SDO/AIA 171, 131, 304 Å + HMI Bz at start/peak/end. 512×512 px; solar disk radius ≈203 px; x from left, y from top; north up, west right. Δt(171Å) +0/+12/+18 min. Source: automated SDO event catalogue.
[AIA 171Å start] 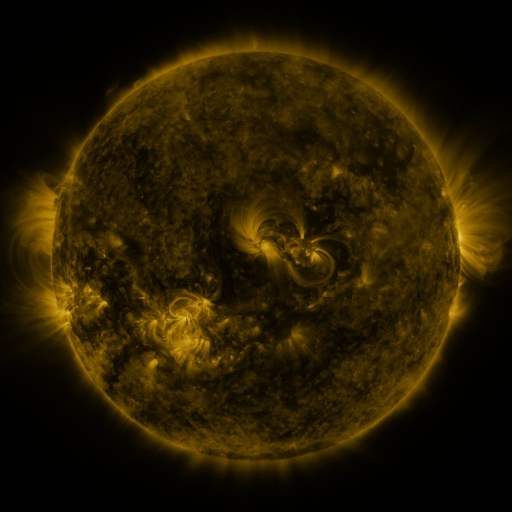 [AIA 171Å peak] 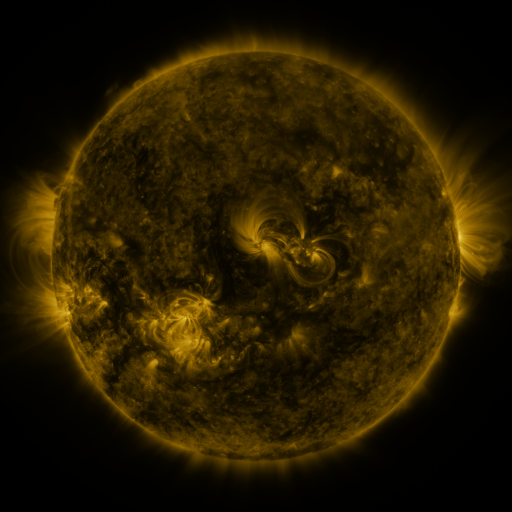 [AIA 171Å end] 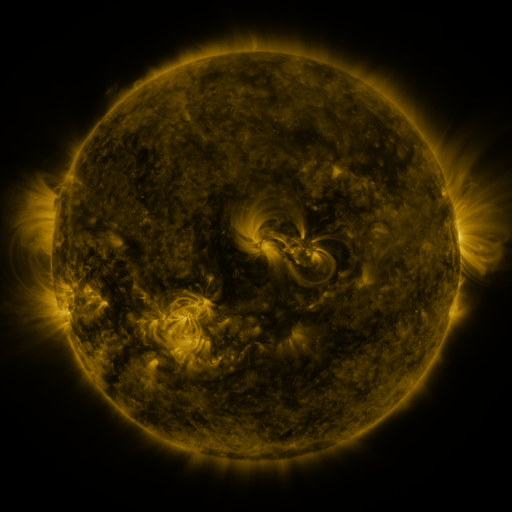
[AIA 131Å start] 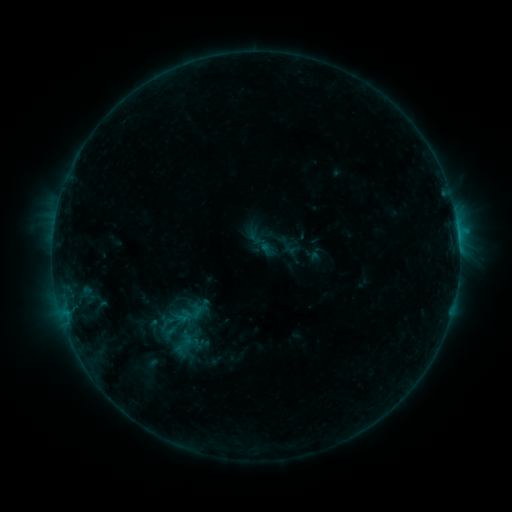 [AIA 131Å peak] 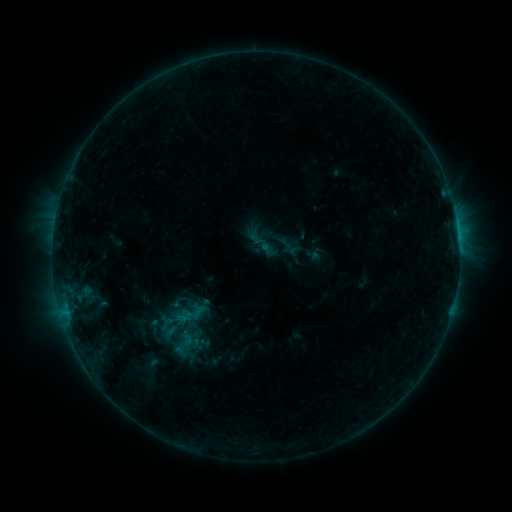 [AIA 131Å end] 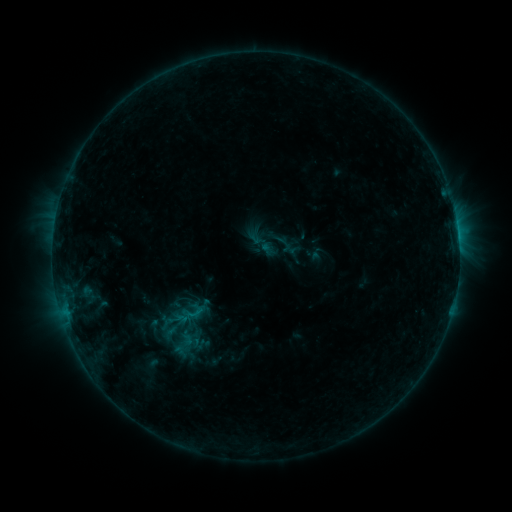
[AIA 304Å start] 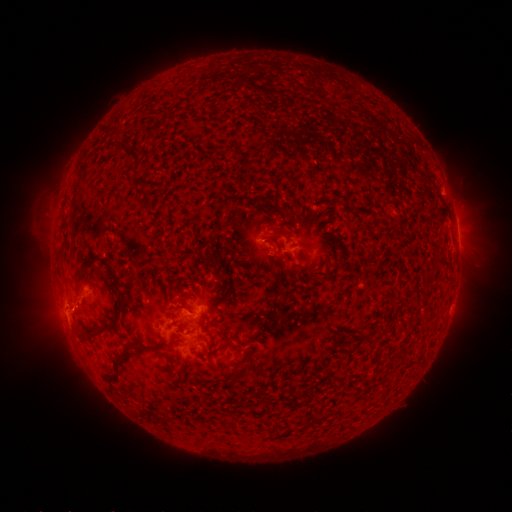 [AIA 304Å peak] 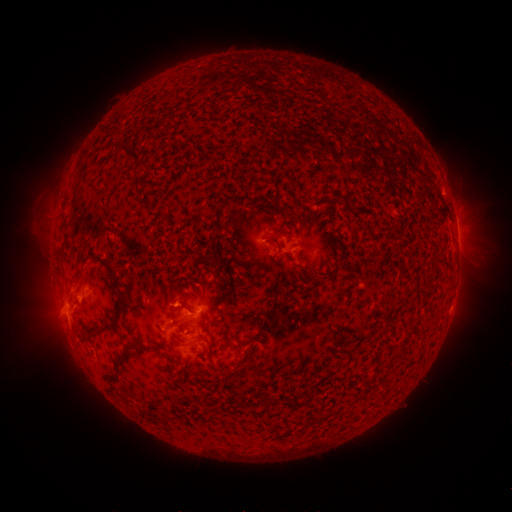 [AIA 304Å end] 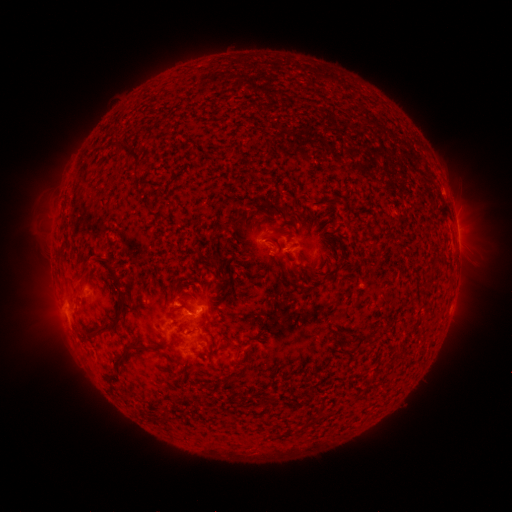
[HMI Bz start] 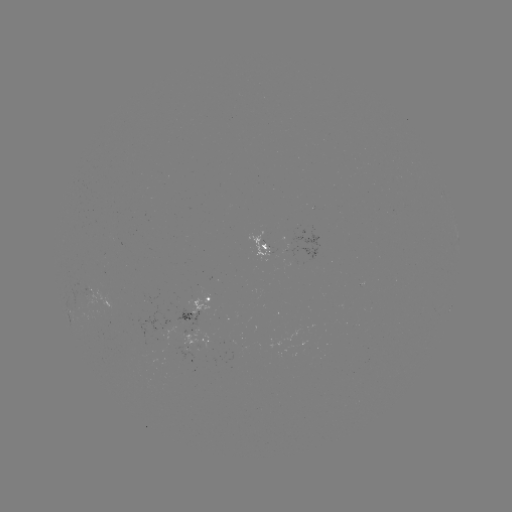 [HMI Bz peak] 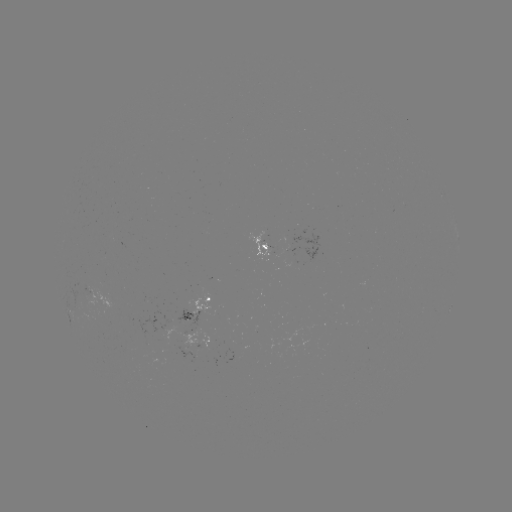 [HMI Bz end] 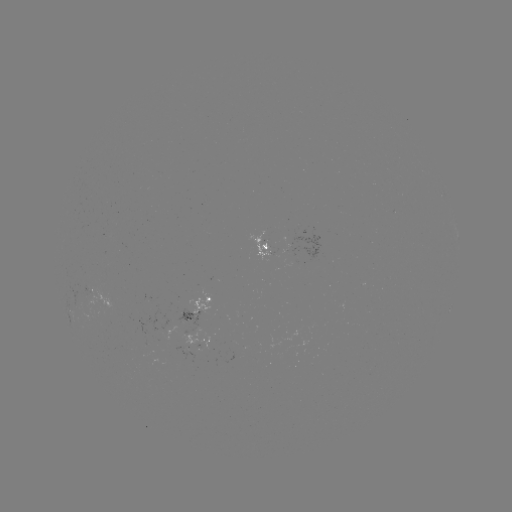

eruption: <bbox>49, 263, 97, 318</bbox>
